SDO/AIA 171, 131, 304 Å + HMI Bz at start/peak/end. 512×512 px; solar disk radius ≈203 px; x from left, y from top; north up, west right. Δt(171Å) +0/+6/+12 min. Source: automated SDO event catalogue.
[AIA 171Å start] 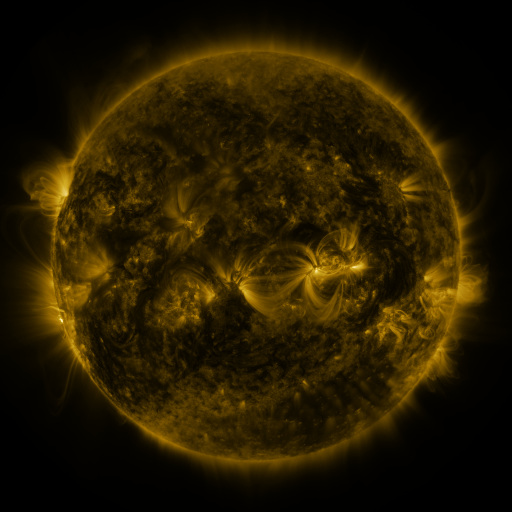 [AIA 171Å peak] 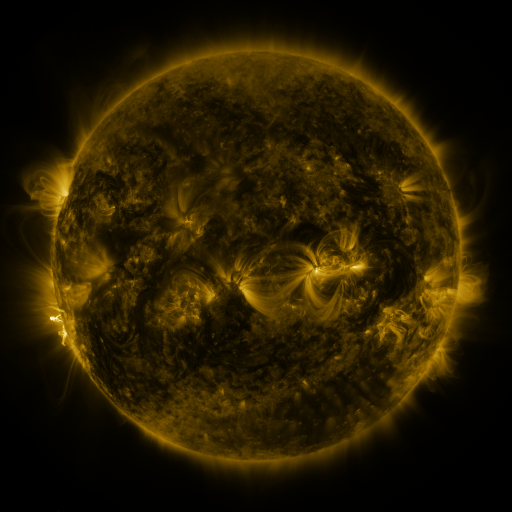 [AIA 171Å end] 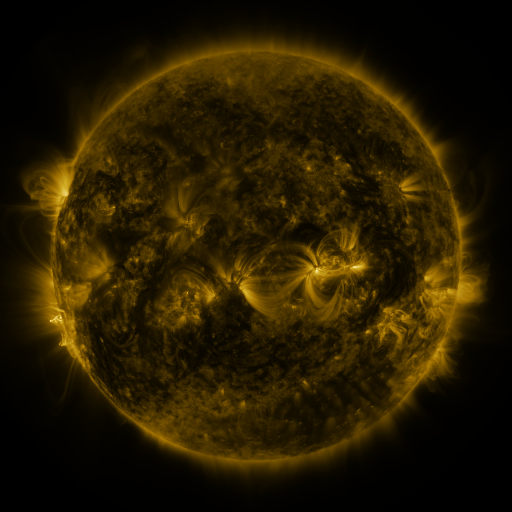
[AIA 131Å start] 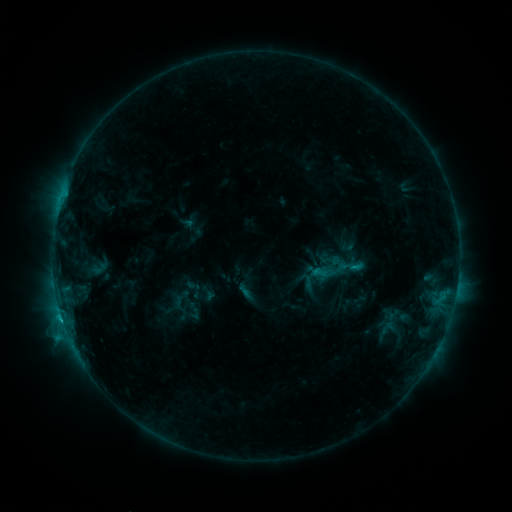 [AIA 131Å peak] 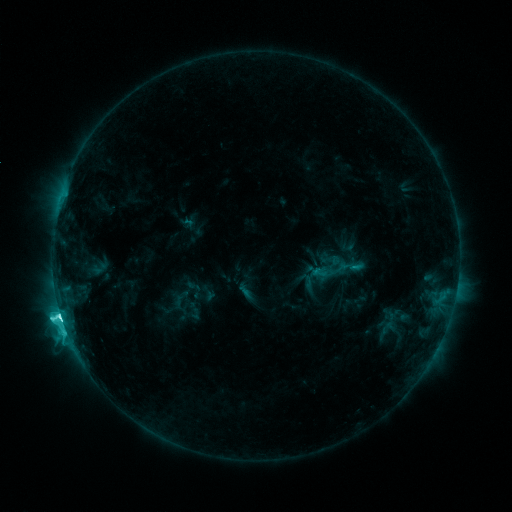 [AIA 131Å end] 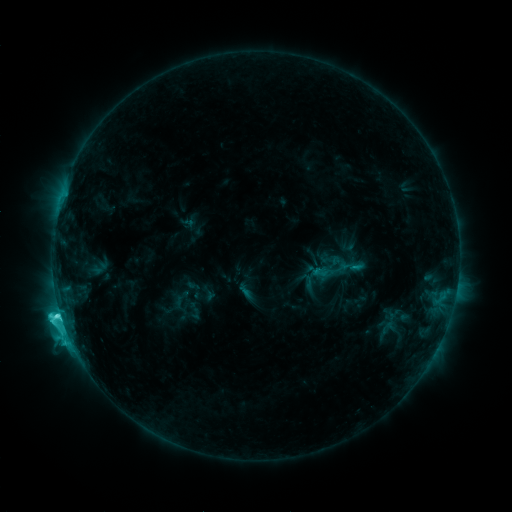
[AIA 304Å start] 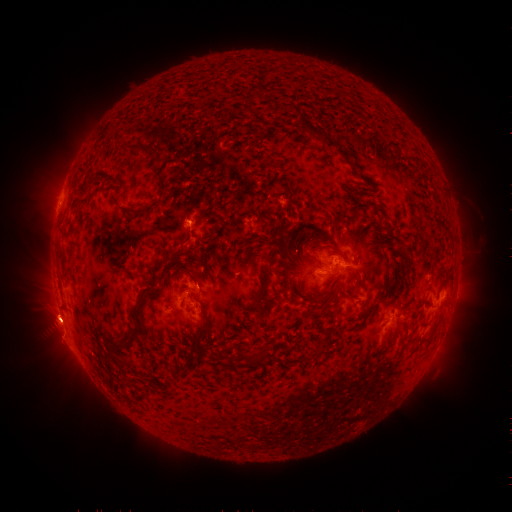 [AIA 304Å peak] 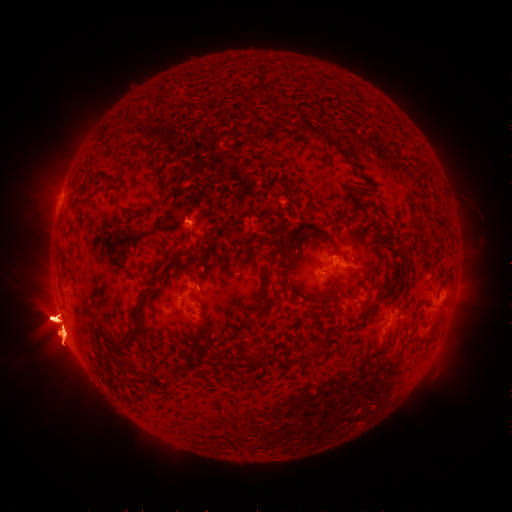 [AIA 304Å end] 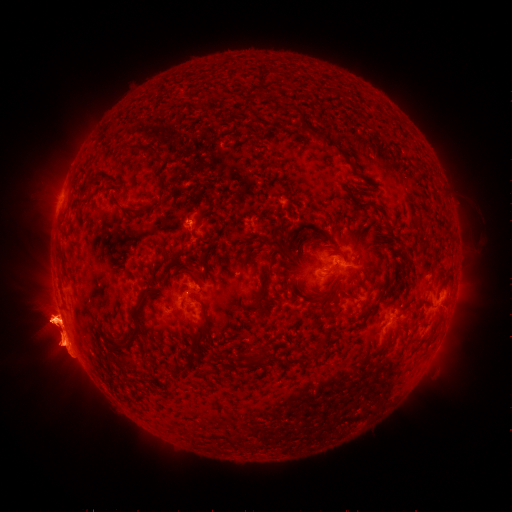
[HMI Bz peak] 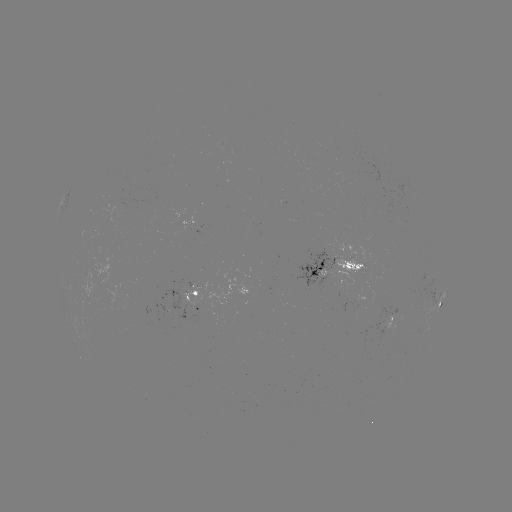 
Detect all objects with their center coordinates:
eruption: (477, 318)
